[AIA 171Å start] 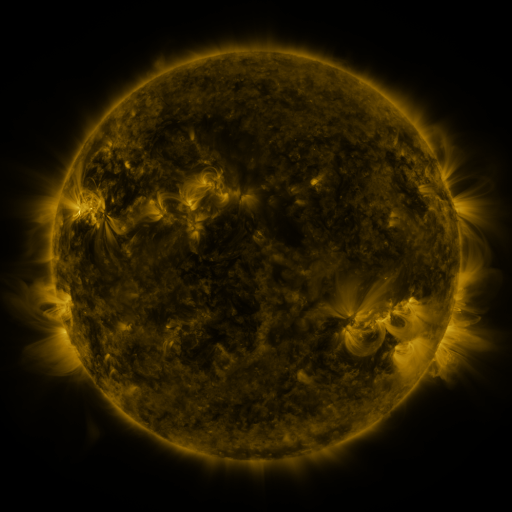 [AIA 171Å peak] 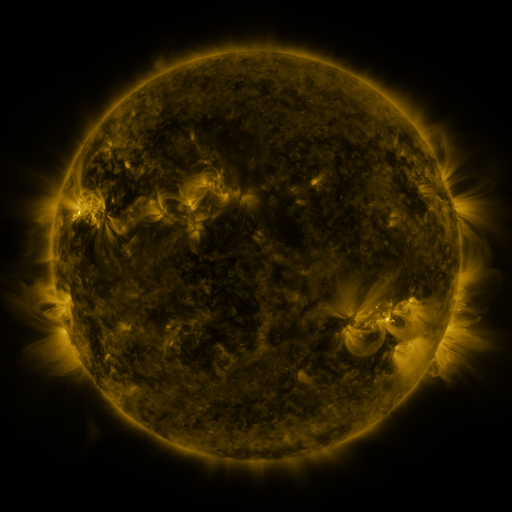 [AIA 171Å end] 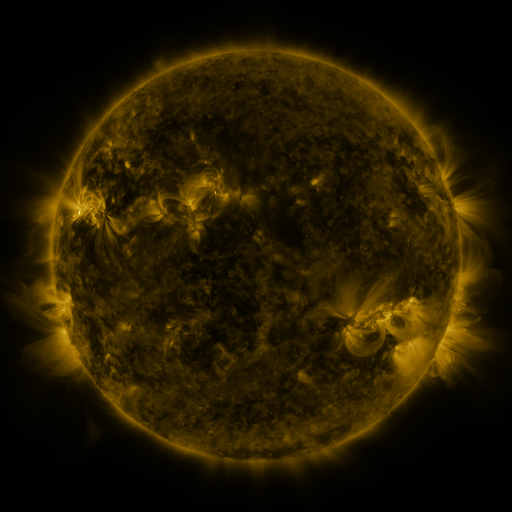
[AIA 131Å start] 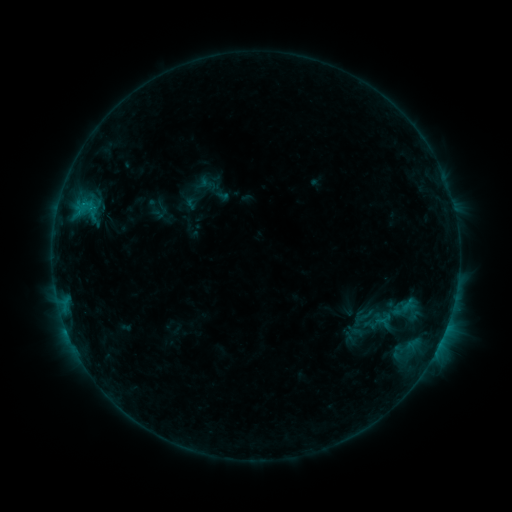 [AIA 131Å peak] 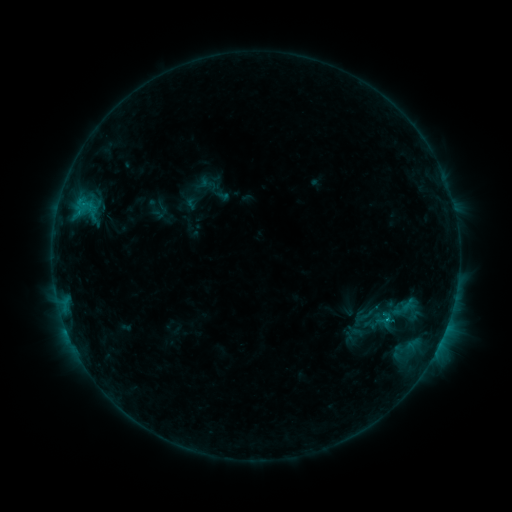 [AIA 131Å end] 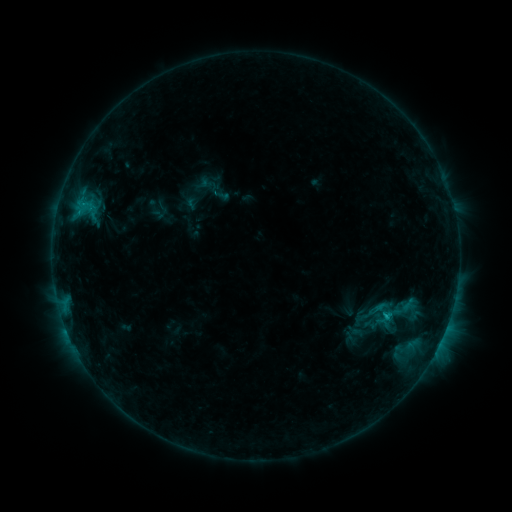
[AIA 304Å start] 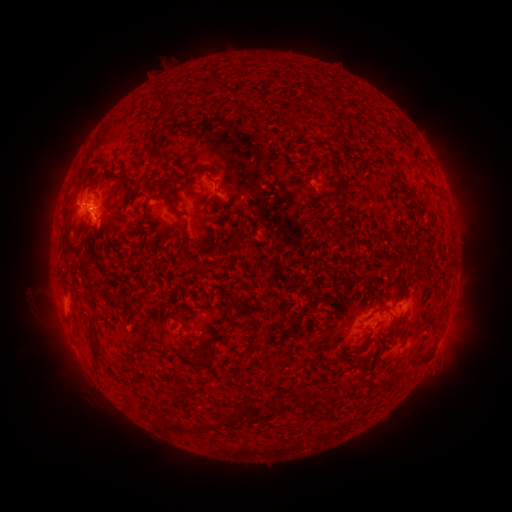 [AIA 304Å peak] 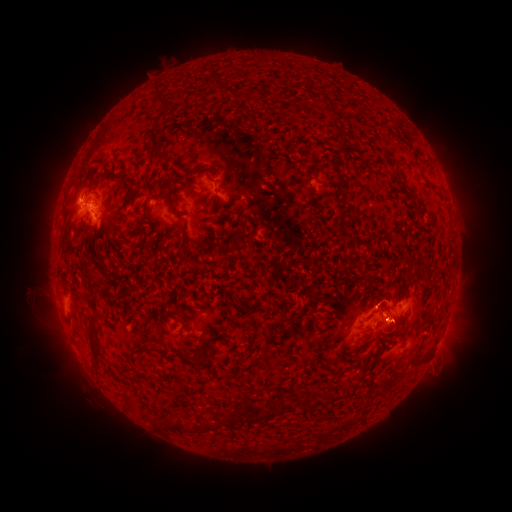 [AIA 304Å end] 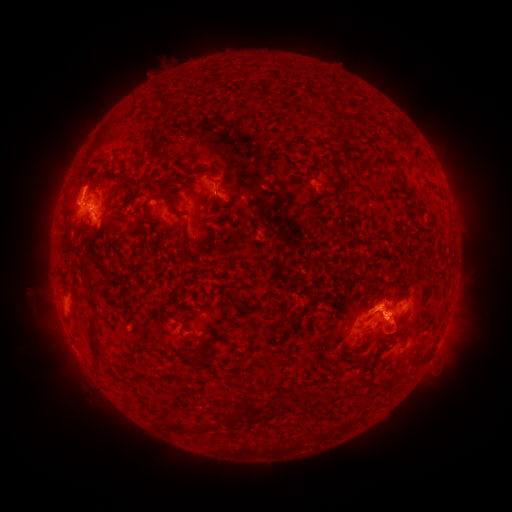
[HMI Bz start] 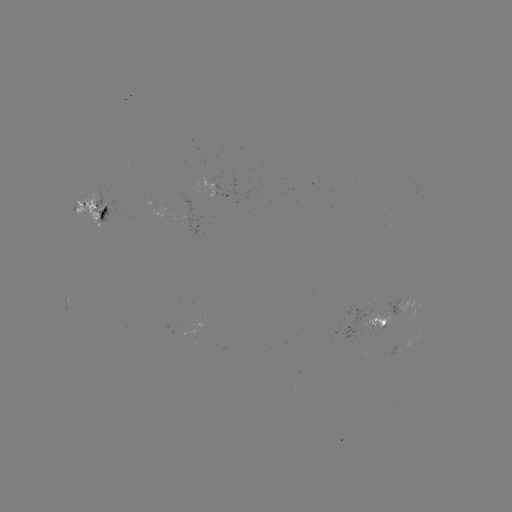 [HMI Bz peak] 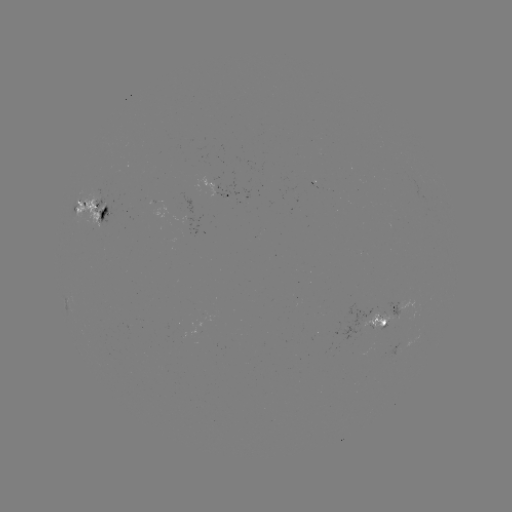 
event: flare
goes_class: C1.1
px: (387, 313)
